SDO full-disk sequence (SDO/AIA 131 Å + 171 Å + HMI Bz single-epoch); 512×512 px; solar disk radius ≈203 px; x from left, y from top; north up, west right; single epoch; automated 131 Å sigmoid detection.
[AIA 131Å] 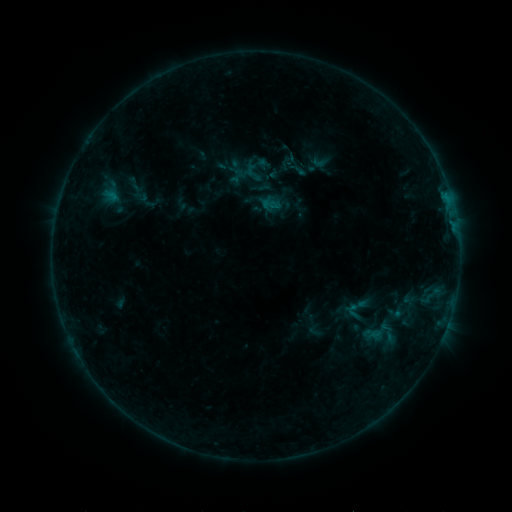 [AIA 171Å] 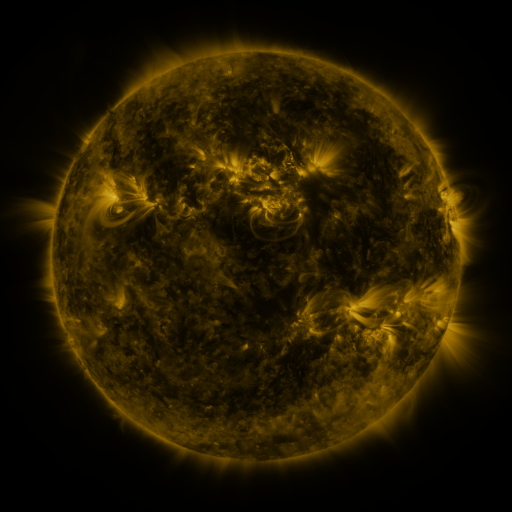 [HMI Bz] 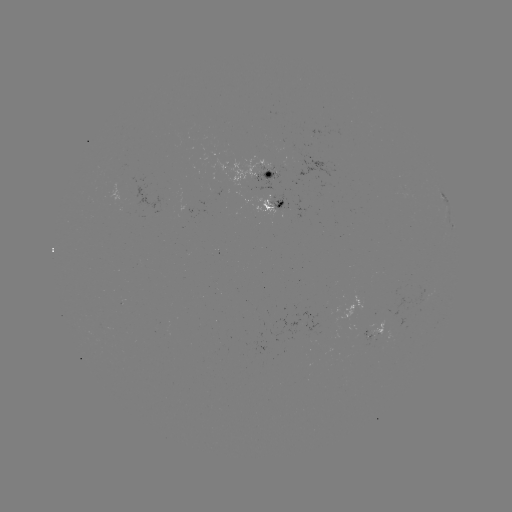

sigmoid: <bbox>342, 295, 368, 323</bbox>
